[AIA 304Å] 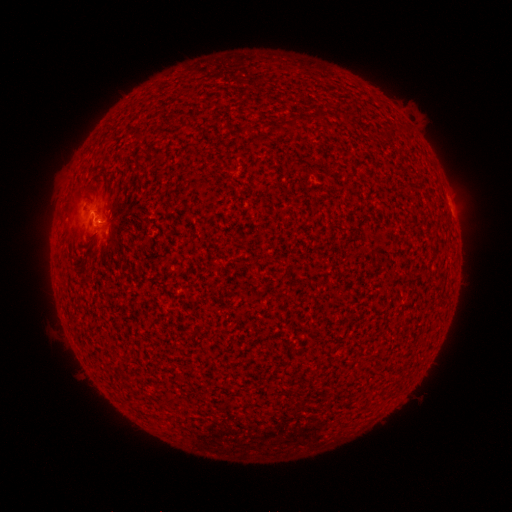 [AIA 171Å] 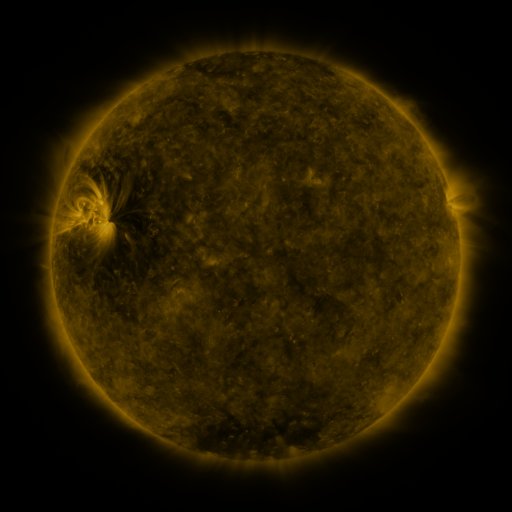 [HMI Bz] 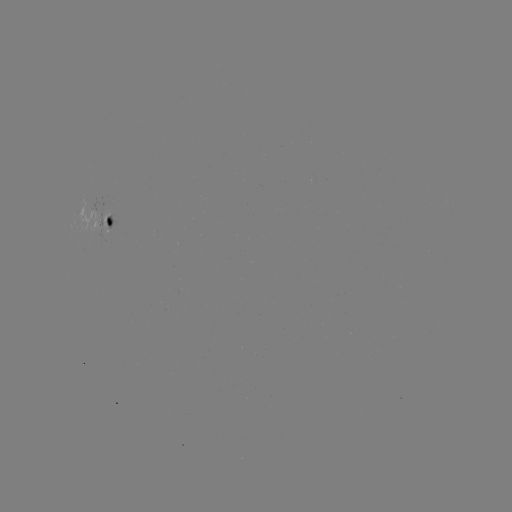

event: spotted active region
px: (110, 220)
